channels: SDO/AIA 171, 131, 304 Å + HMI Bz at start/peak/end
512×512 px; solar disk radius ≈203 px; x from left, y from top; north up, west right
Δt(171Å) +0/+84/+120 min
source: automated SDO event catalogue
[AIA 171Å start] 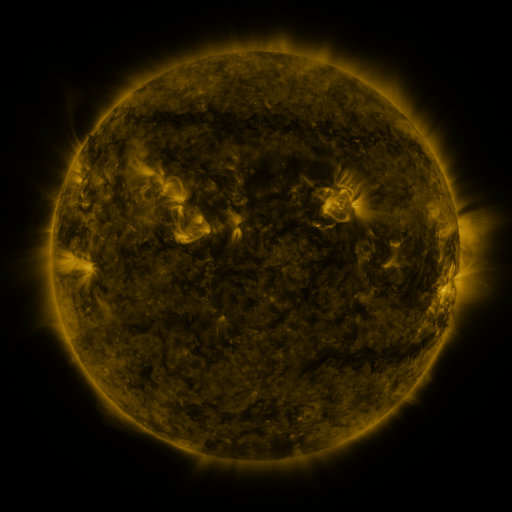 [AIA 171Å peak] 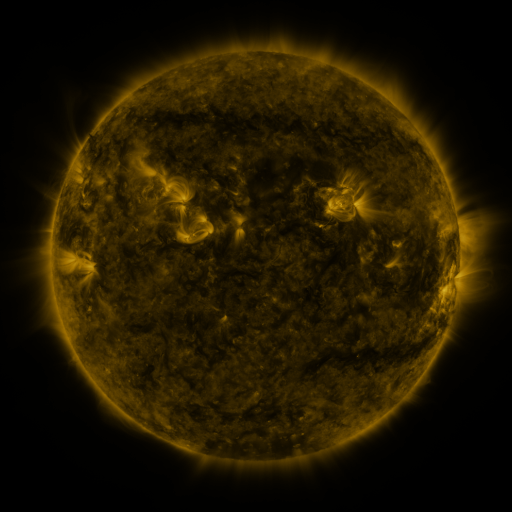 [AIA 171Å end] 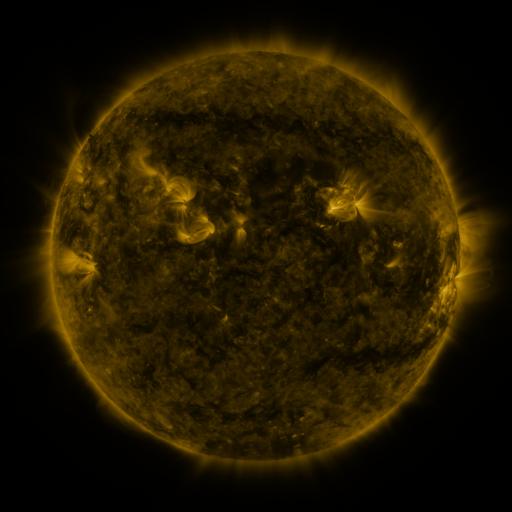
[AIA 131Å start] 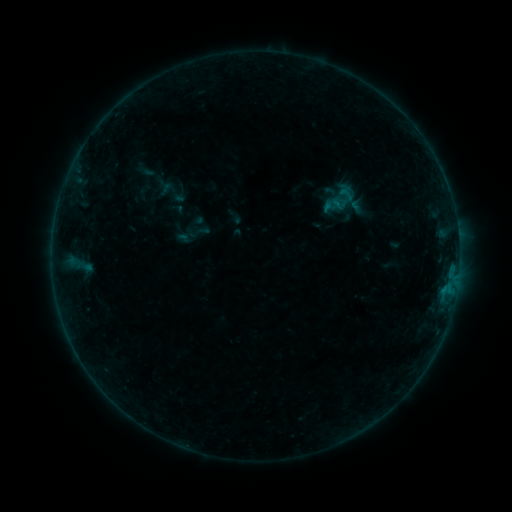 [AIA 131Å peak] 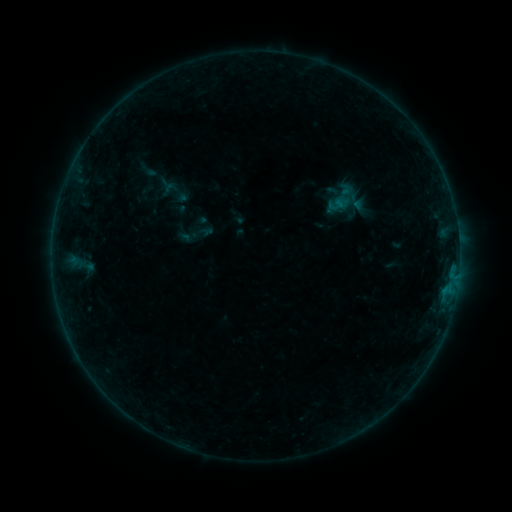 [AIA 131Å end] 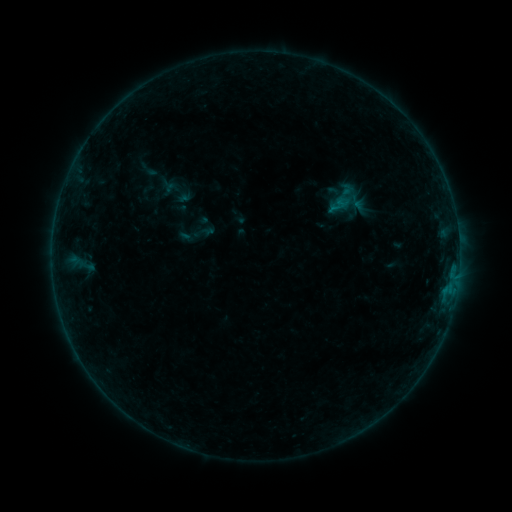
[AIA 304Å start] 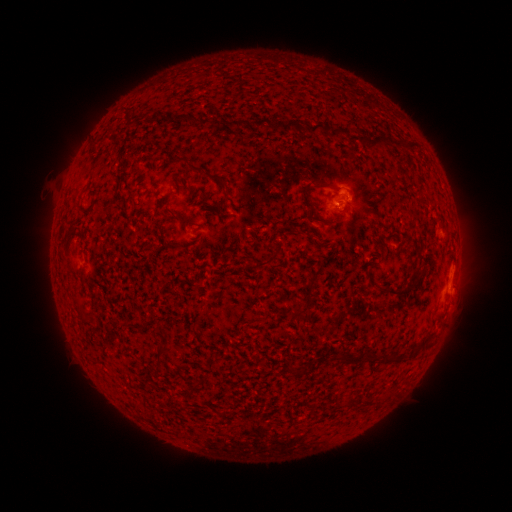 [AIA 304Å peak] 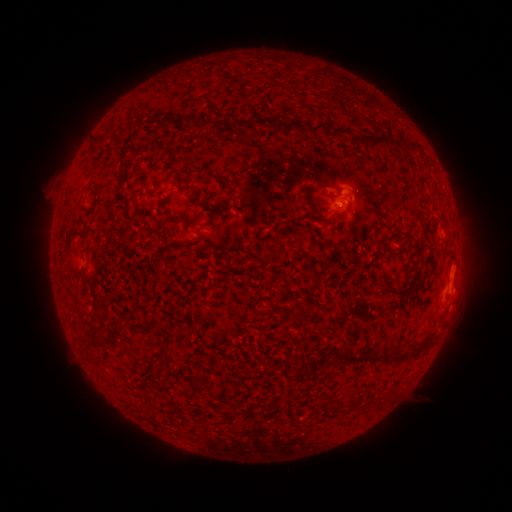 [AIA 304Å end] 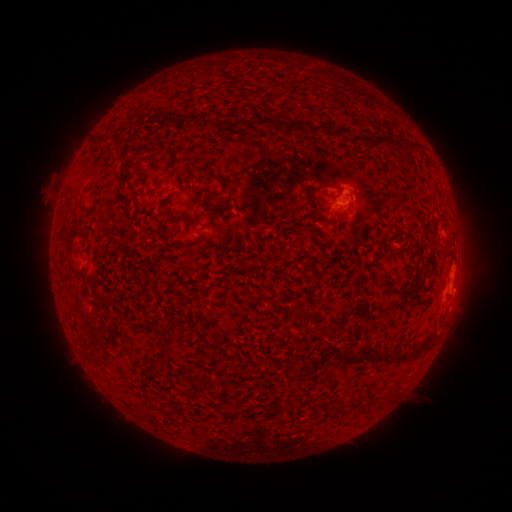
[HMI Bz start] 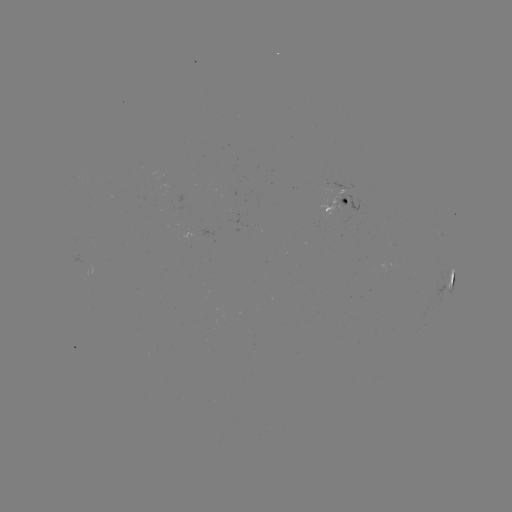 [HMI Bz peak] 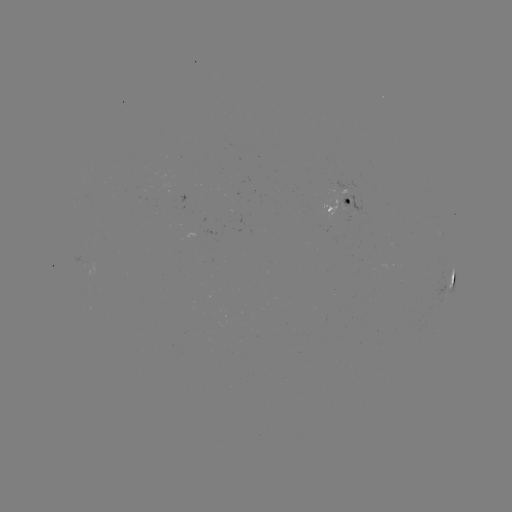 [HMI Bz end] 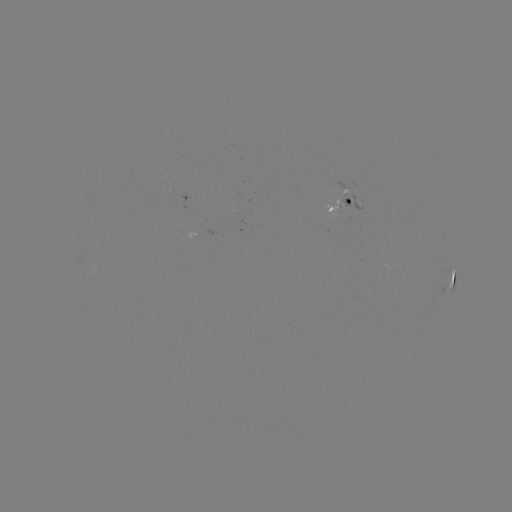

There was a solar emerging-flux region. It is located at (349, 201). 